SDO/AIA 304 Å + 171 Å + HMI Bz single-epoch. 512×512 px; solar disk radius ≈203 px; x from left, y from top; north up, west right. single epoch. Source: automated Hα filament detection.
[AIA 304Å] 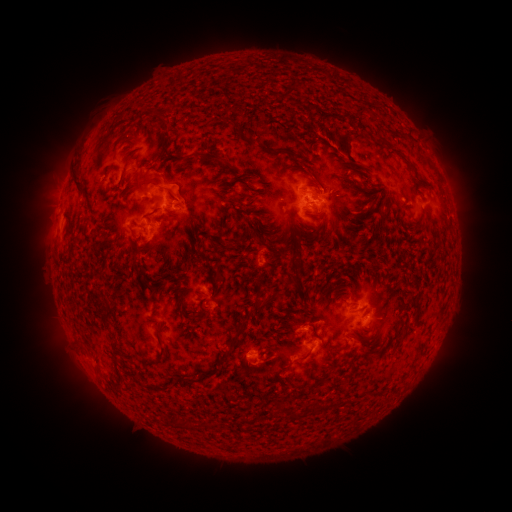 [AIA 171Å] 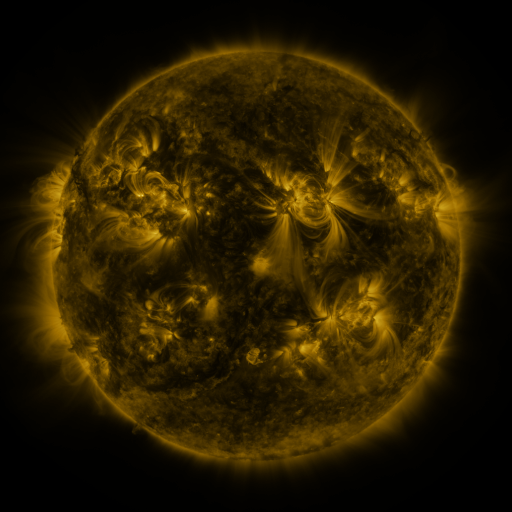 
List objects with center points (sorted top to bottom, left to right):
filament: [220, 116, 232, 125]
filament: [378, 138, 386, 148]
filament: [275, 148, 291, 157]
filament: [120, 150, 137, 179]
filament: [175, 150, 228, 165]
filament: [404, 158, 418, 176]
filament: [243, 169, 257, 178]
filament: [72, 174, 84, 194]
filament: [322, 174, 332, 184]
filament: [311, 177, 325, 190]
filament: [134, 180, 149, 188]
filament: [220, 183, 233, 194]
filament: [365, 184, 377, 192]
filament: [361, 203, 371, 214]
filament: [258, 214, 270, 221]
filament: [372, 222, 380, 233]
filament: [190, 223, 206, 235]
filament: [302, 224, 319, 241]
filament: [268, 231, 278, 239]
filament: [197, 232, 214, 262]
filament: [140, 239, 149, 248]
filament: [223, 239, 244, 249]
filament: [268, 245, 279, 253]
filament: [135, 265, 144, 278]
filament: [161, 268, 173, 278]
filament: [95, 269, 105, 278]
filament: [285, 278, 295, 286]
filament: [176, 285, 186, 306]
filament: [315, 285, 323, 296]
filament: [254, 290, 267, 315]
filament: [100, 302, 113, 327]
filament: [436, 303, 447, 322]
filament: [233, 319, 250, 340]
filament: [155, 320, 166, 363]
filament: [322, 345, 345, 353]
filament: [217, 349, 232, 363]
filament: [298, 351, 311, 361]
filament: [336, 397, 343, 407]
filament: [274, 401, 284, 415]
filament: [175, 414, 189, 429]
